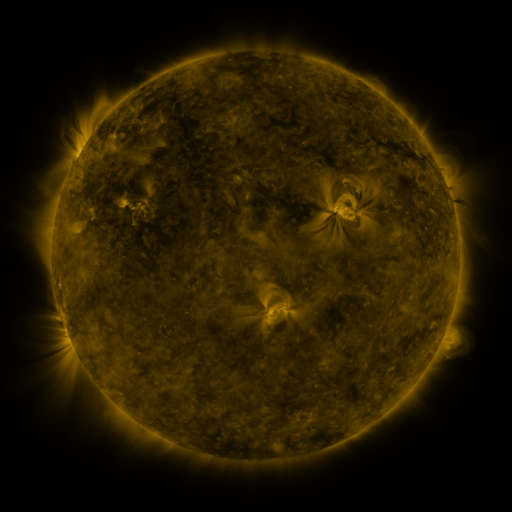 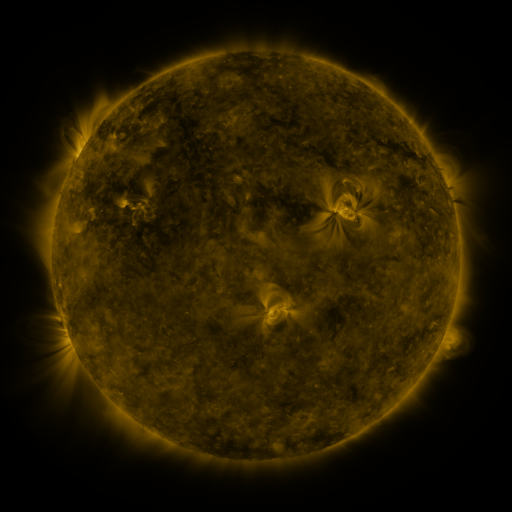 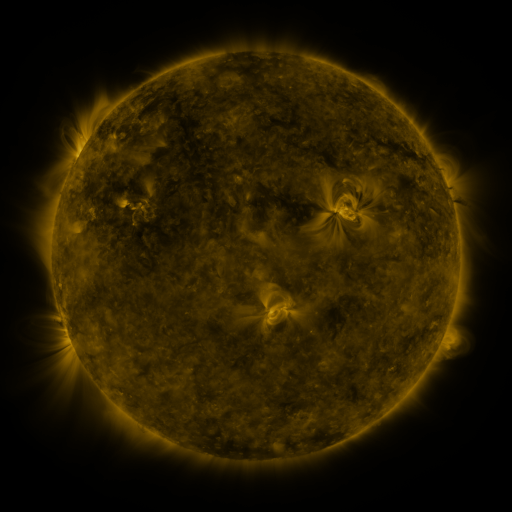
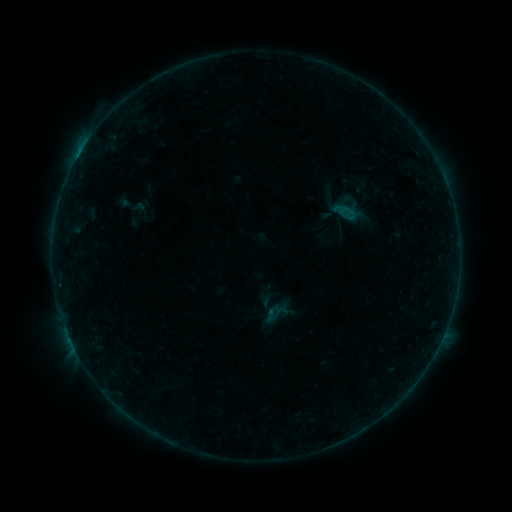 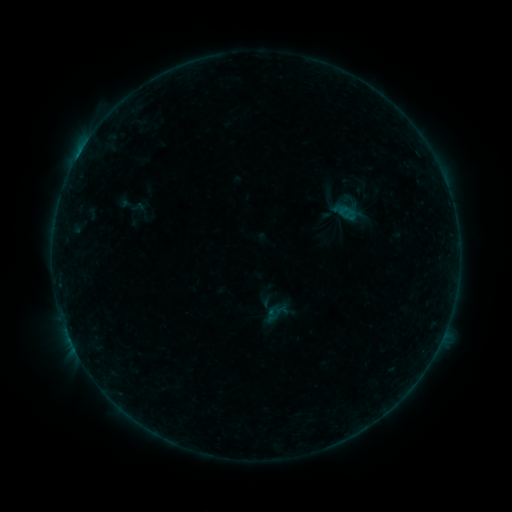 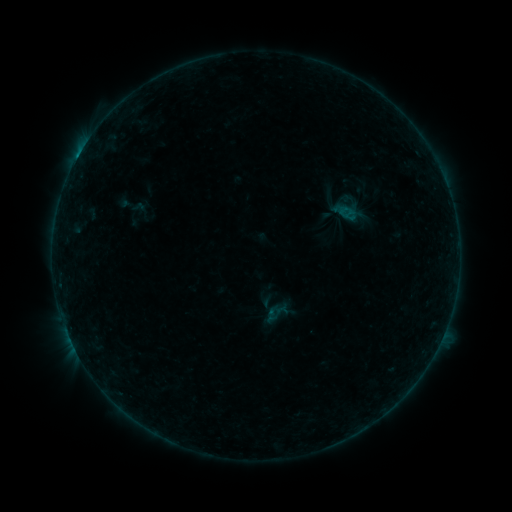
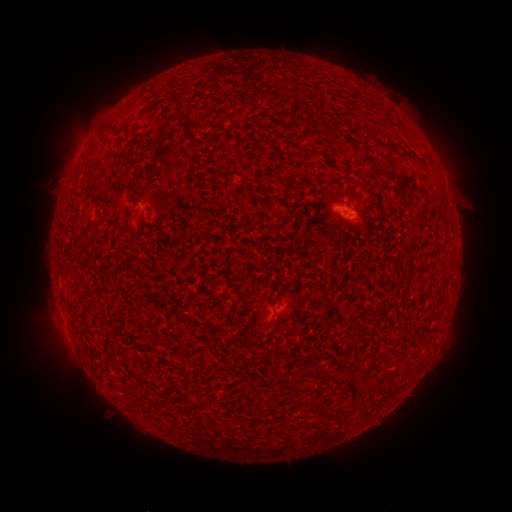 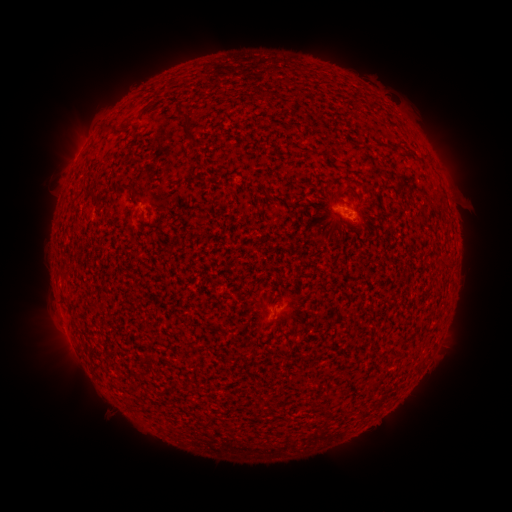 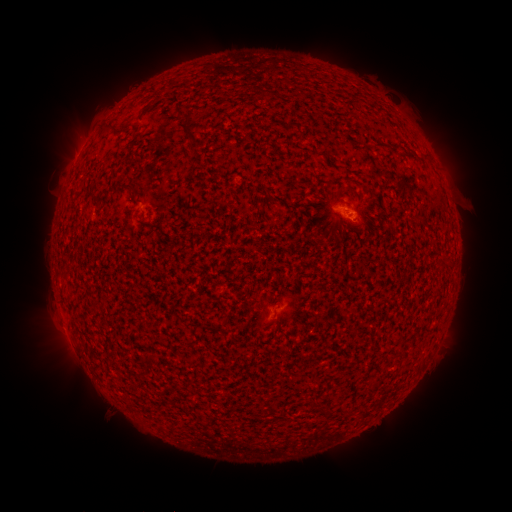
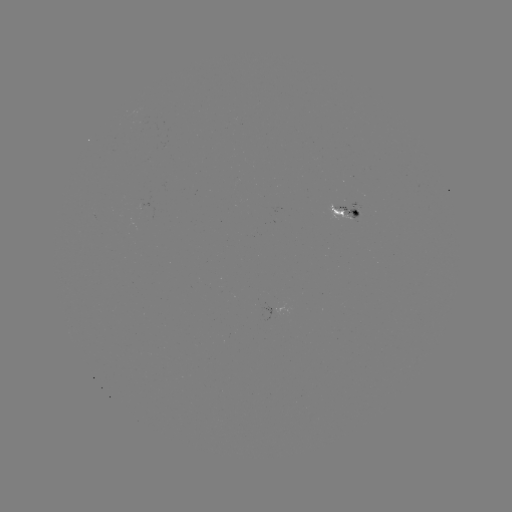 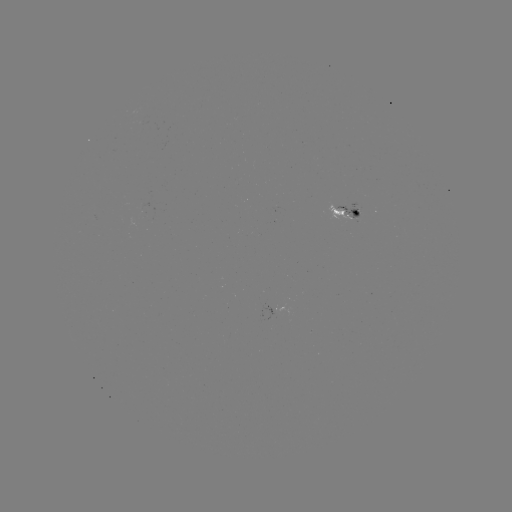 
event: flare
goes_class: B2.4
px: (343, 212)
